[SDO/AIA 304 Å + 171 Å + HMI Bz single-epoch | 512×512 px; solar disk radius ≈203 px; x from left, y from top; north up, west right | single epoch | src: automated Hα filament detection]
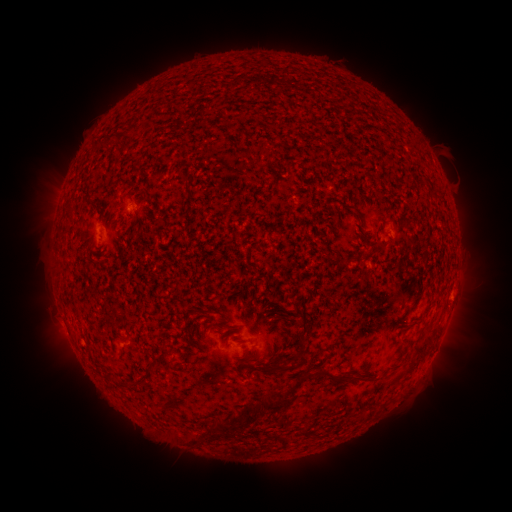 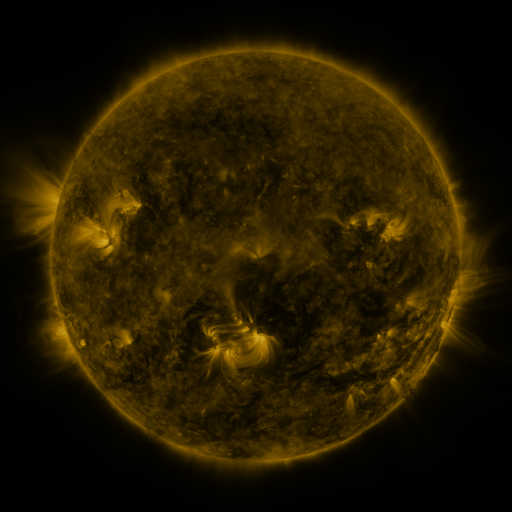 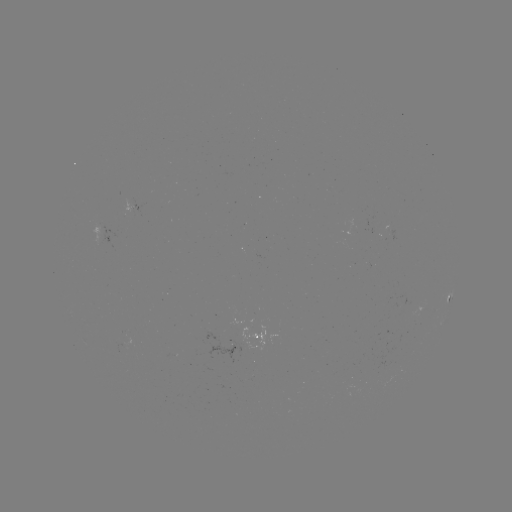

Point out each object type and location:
filament: (361, 219)
filament: (177, 283)
filament: (418, 299)
filament: (416, 320)
filament: (302, 349)
filament: (420, 355)
filament: (284, 367)
filament: (153, 370)
filament: (324, 370)
filament: (244, 423)
